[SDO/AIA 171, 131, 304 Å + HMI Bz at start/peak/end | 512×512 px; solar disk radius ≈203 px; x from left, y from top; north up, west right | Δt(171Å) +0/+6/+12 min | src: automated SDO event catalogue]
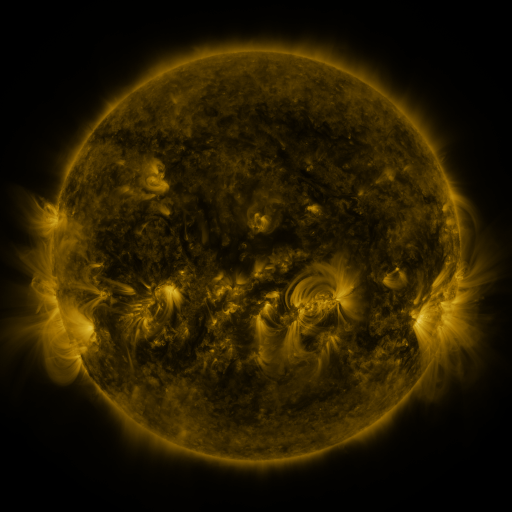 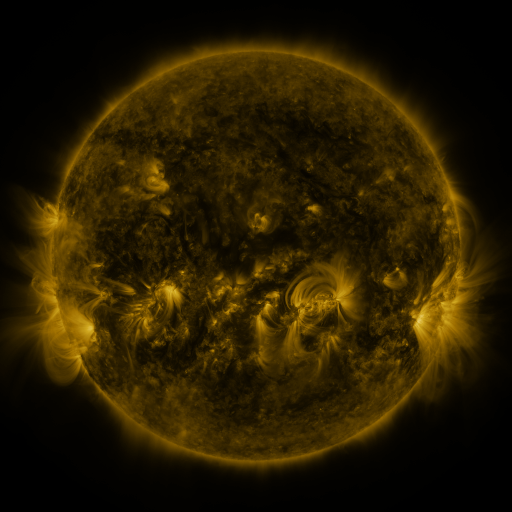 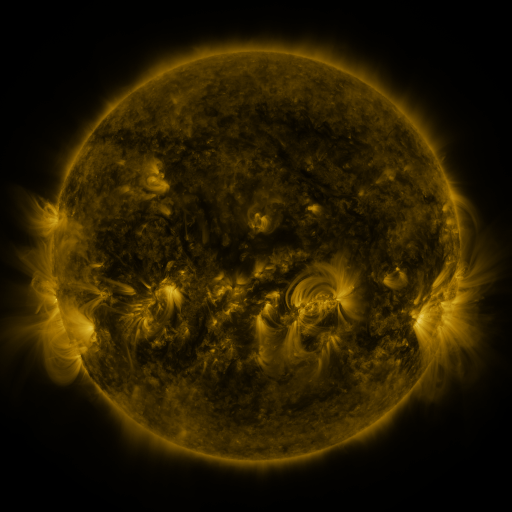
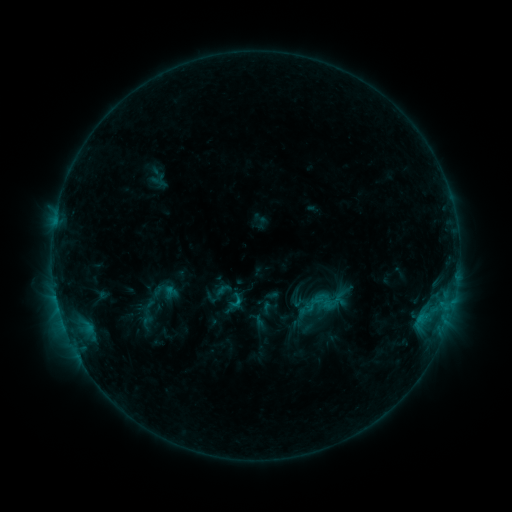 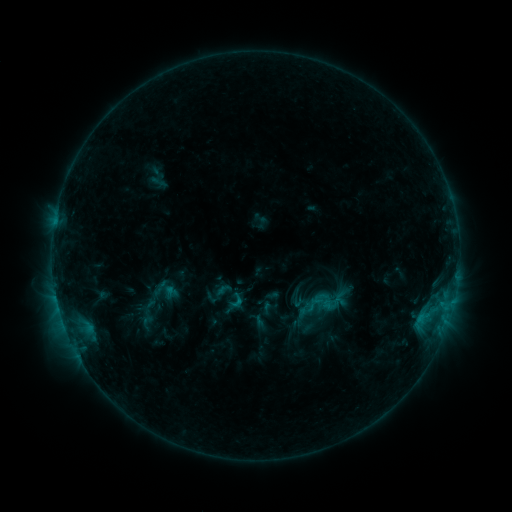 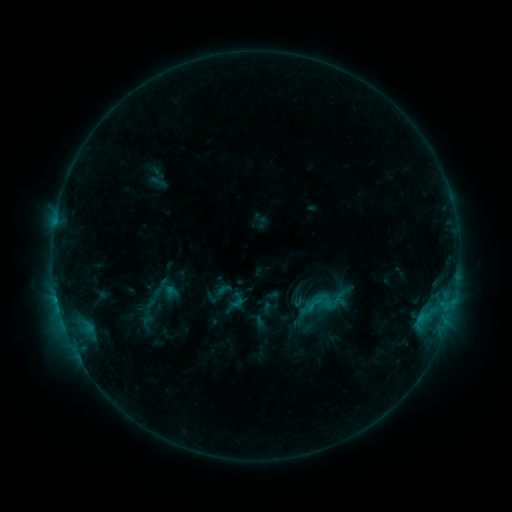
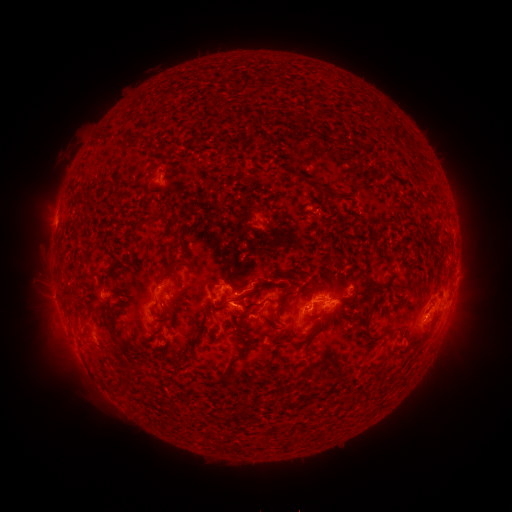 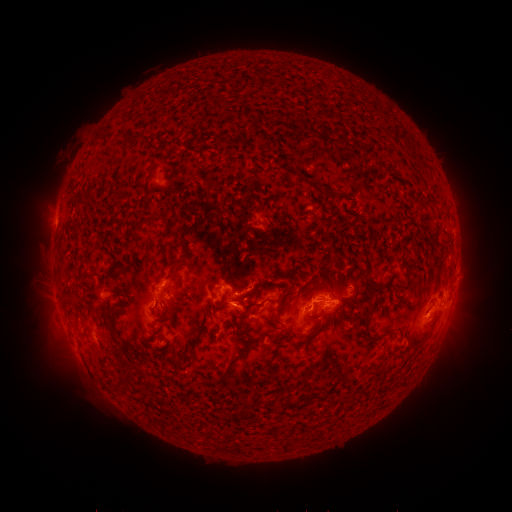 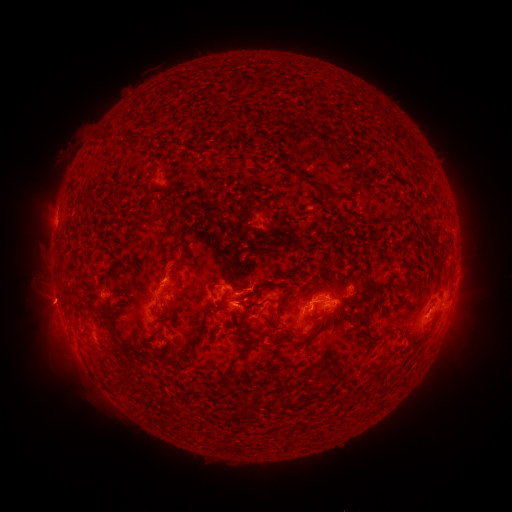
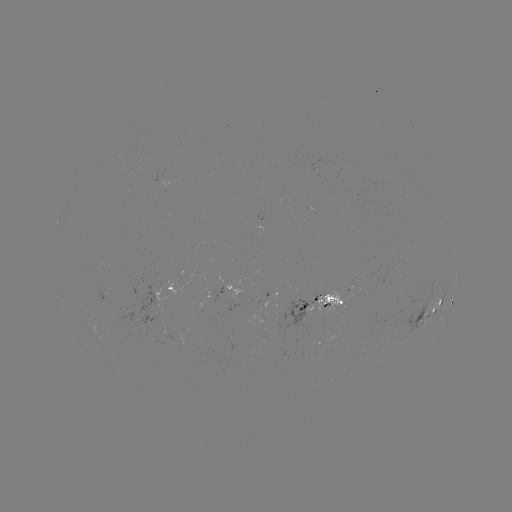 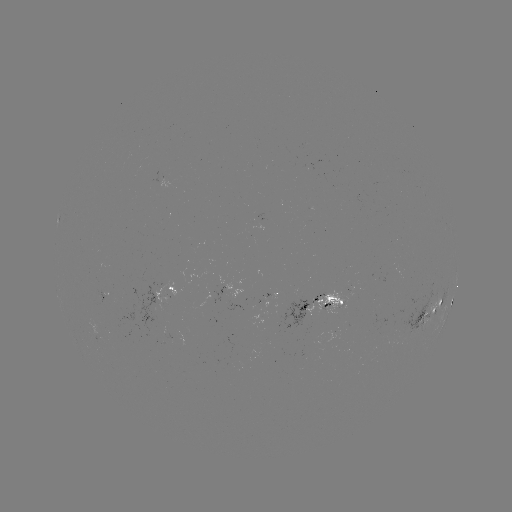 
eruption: [144, 248, 189, 292]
